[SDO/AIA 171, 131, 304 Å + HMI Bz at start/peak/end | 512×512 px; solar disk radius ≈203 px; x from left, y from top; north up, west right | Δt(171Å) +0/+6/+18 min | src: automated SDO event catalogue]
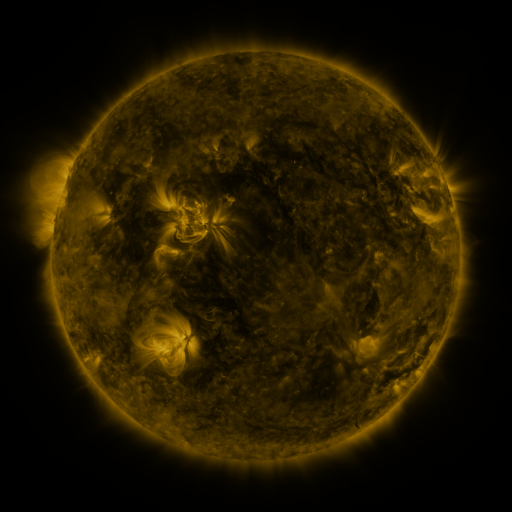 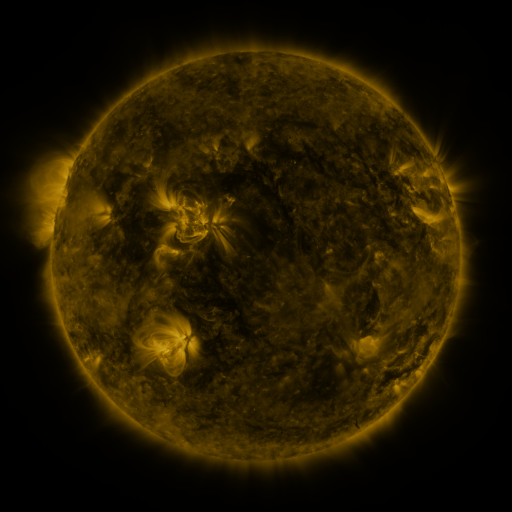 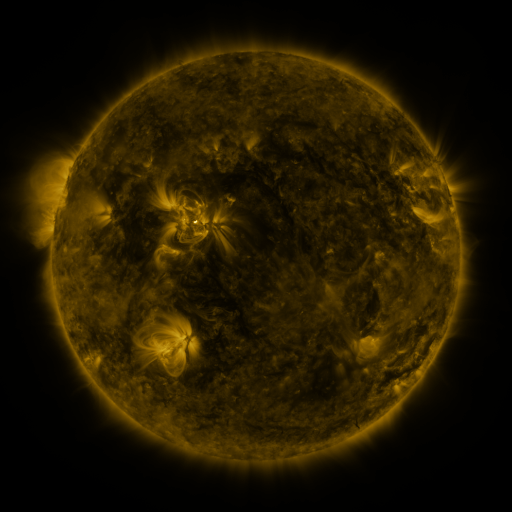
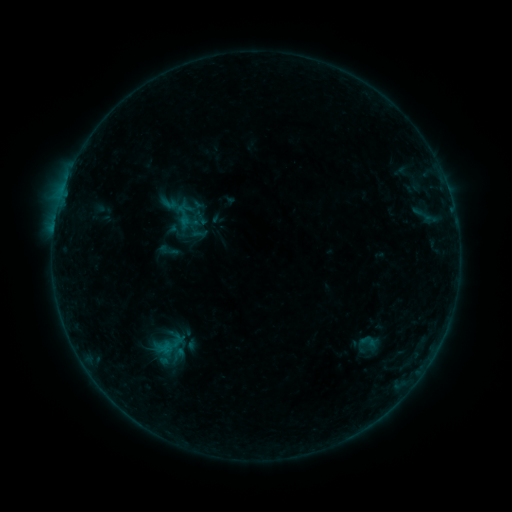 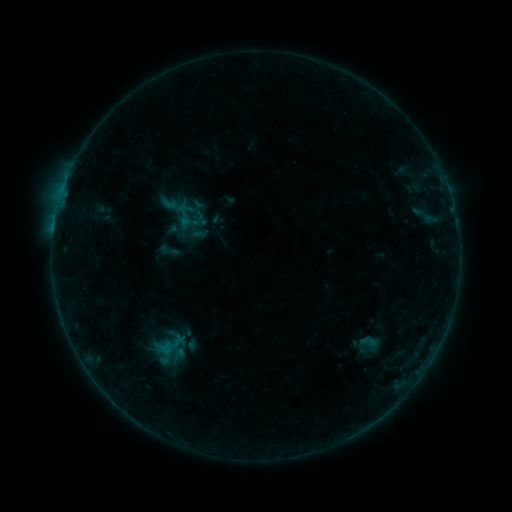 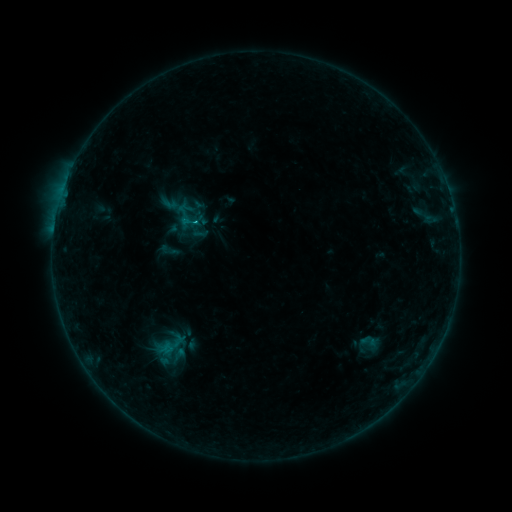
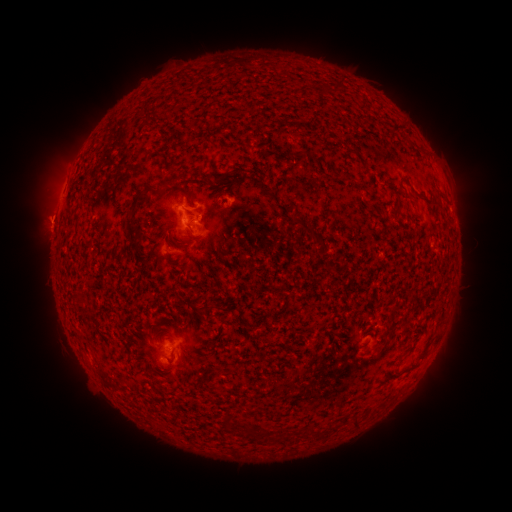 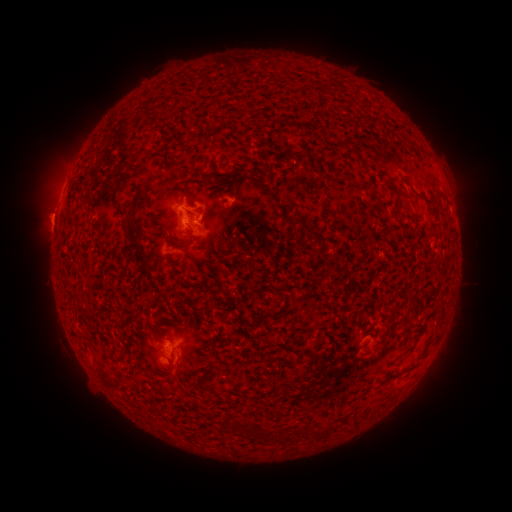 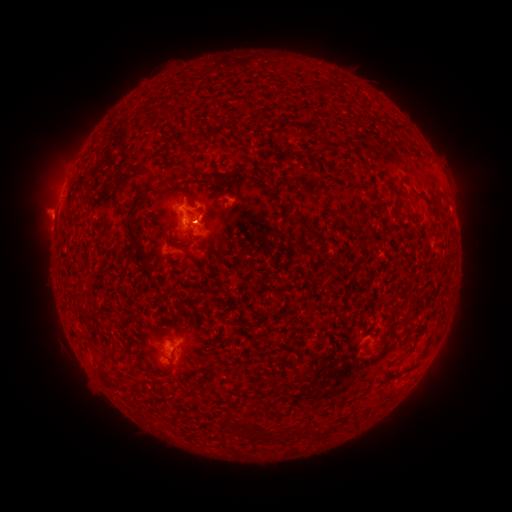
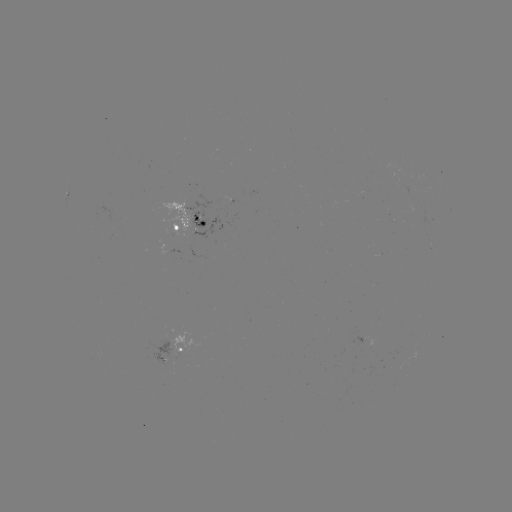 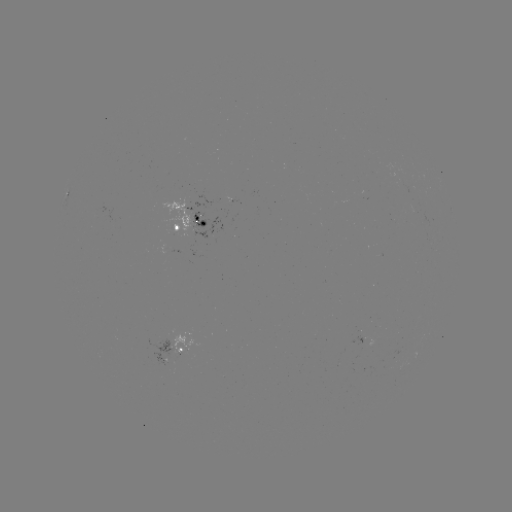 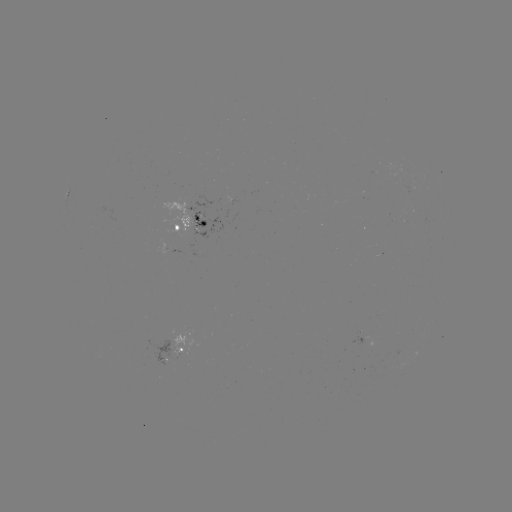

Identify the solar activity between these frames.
eruption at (44, 214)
